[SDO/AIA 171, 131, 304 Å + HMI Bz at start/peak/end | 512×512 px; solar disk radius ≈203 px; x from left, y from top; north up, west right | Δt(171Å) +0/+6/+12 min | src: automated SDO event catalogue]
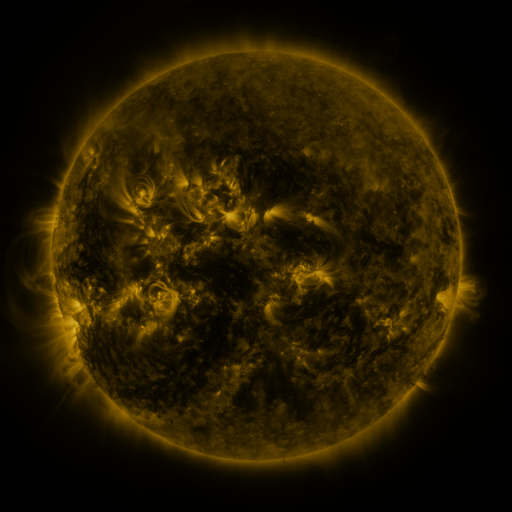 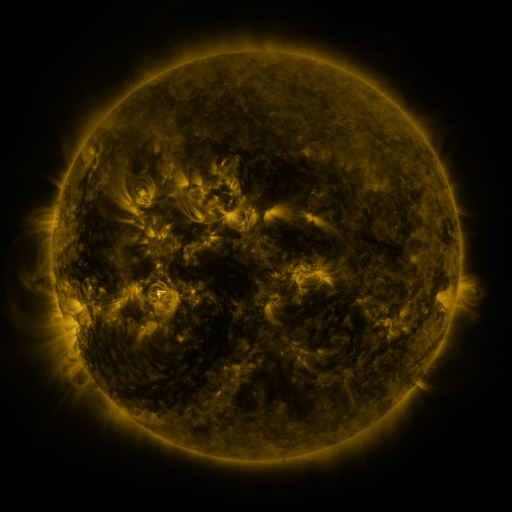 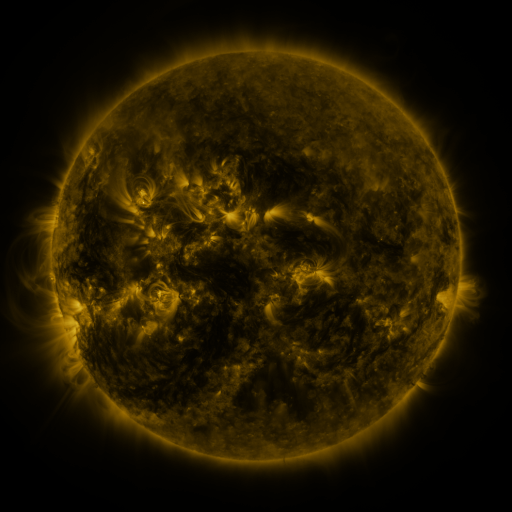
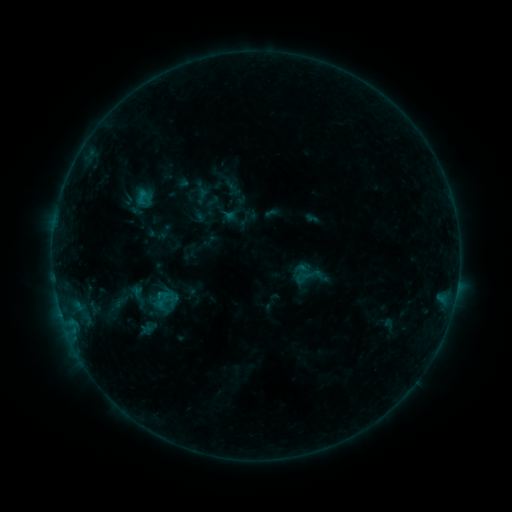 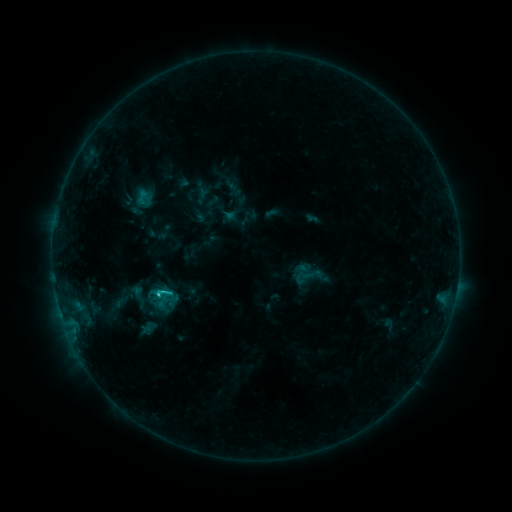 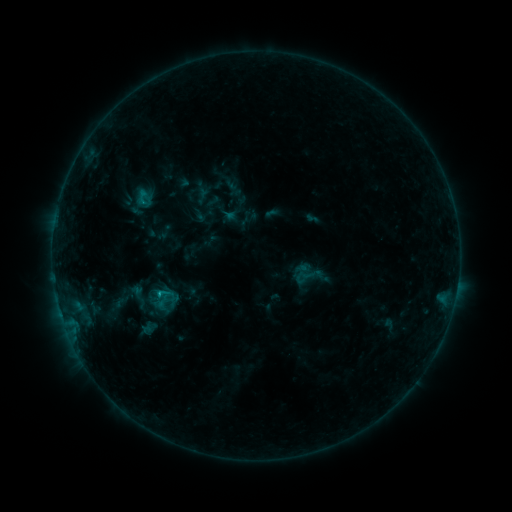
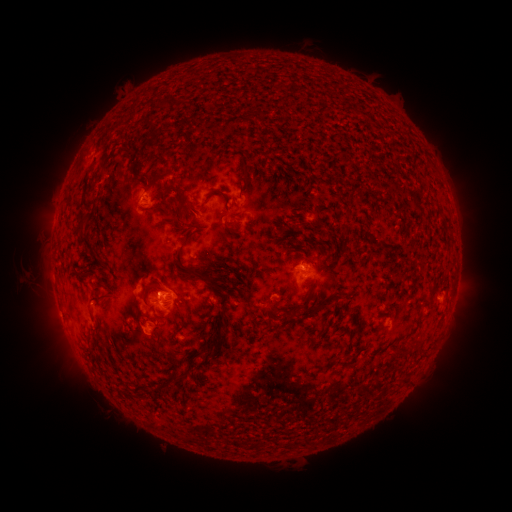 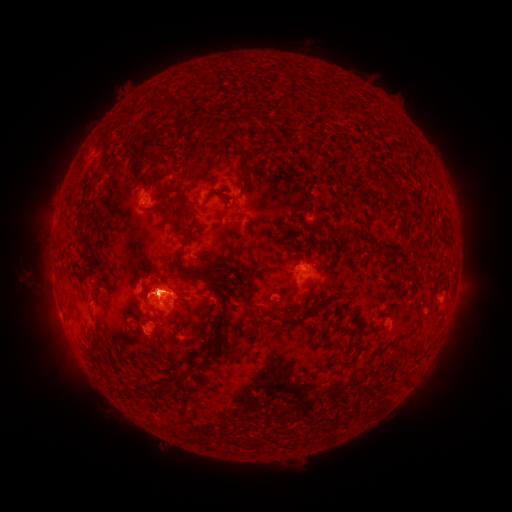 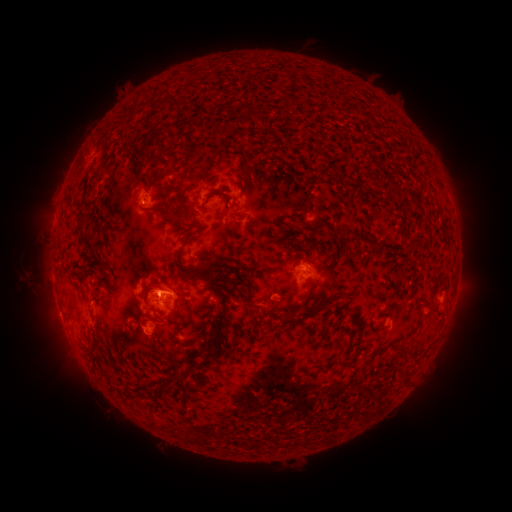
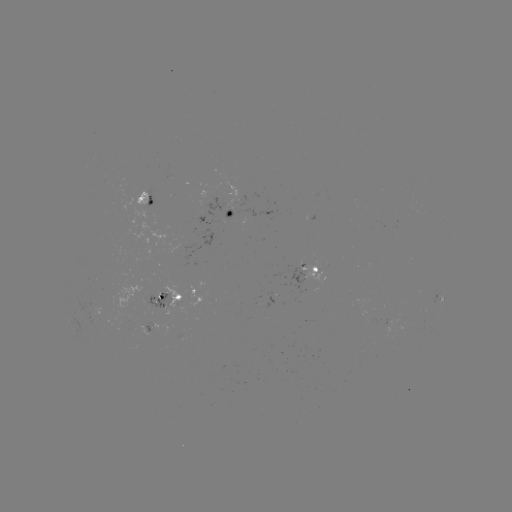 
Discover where C1.1 flare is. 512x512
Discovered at (161, 291).